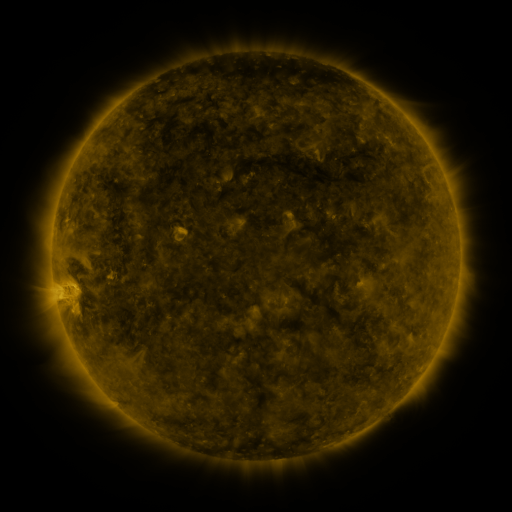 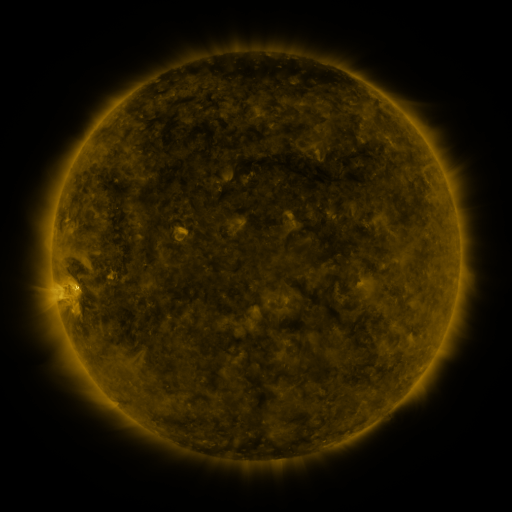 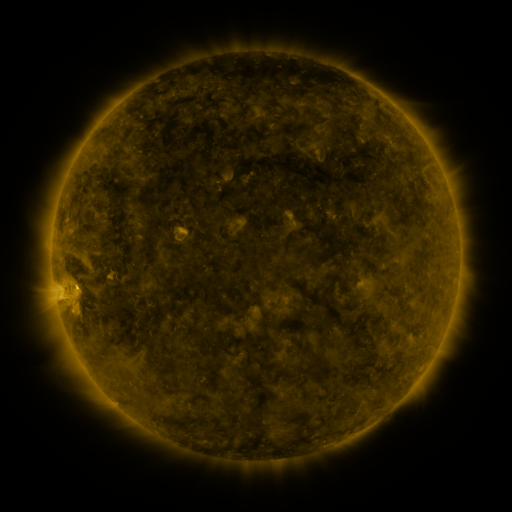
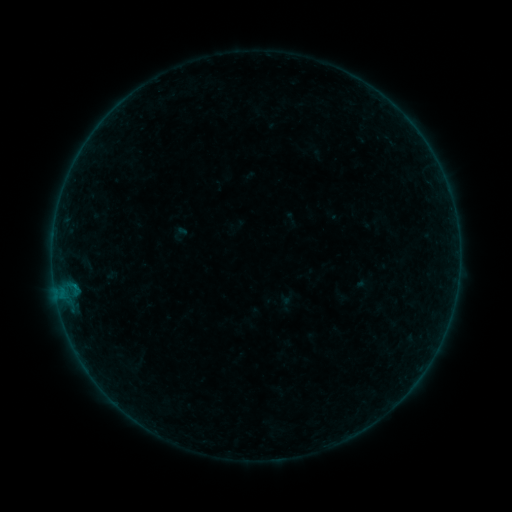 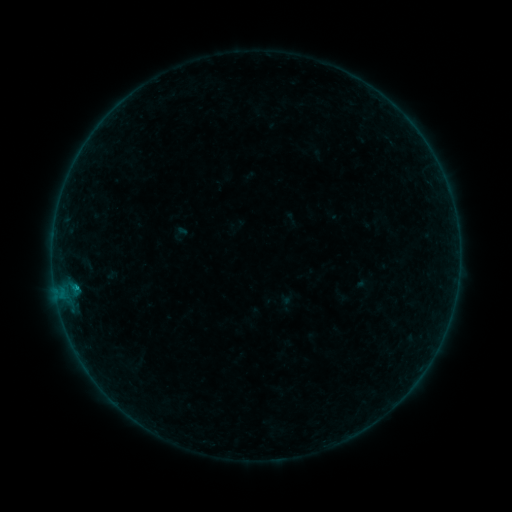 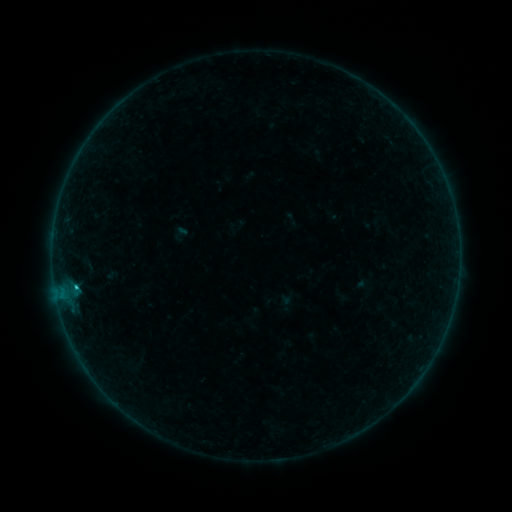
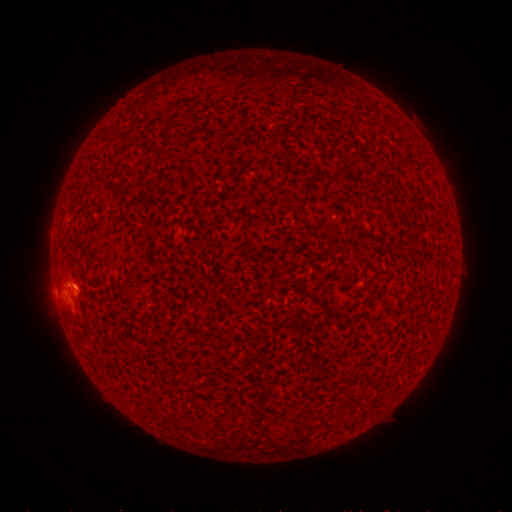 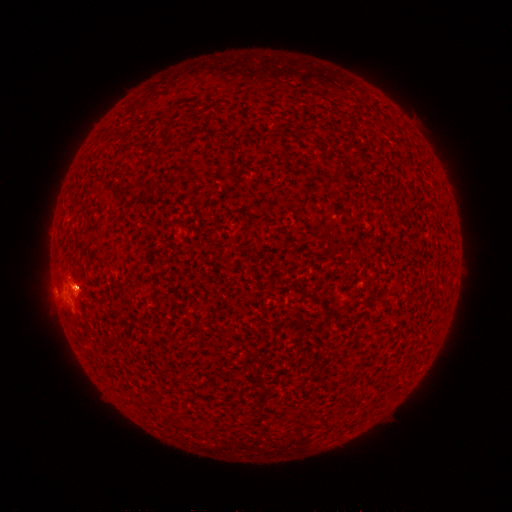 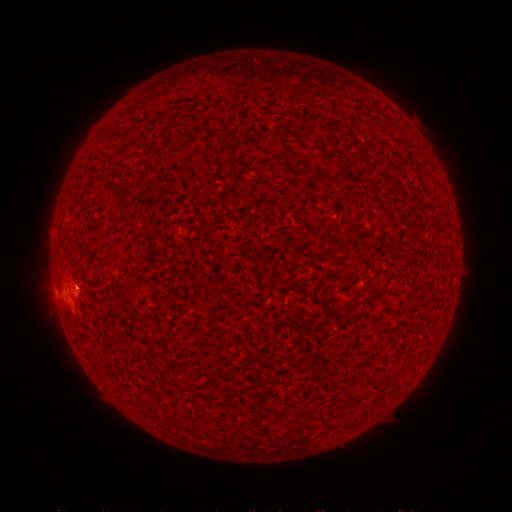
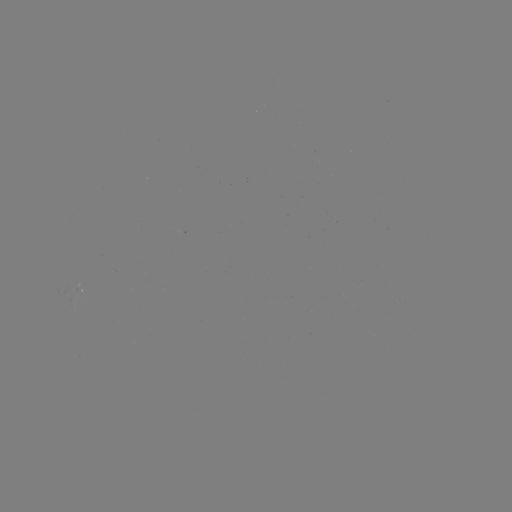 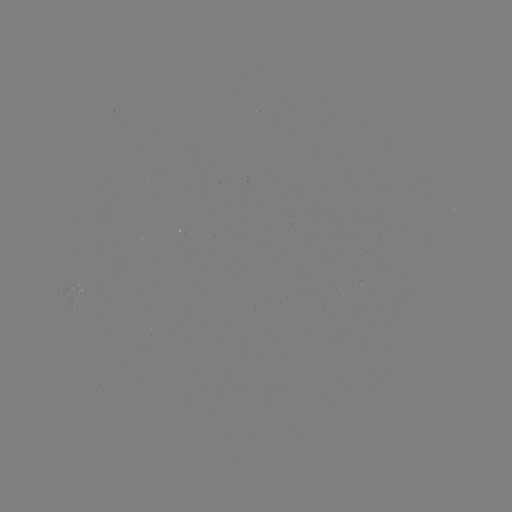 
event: flare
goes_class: B7.1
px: (77, 287)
